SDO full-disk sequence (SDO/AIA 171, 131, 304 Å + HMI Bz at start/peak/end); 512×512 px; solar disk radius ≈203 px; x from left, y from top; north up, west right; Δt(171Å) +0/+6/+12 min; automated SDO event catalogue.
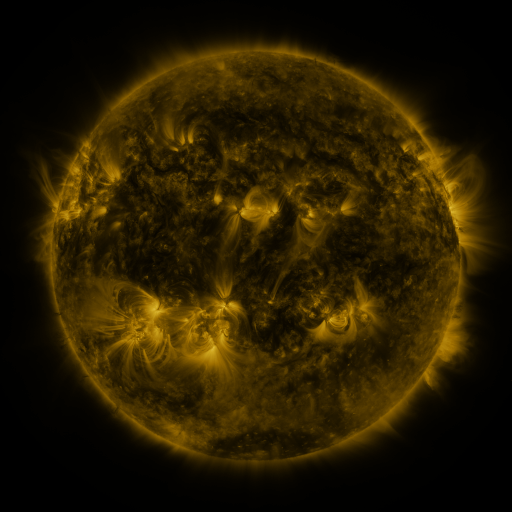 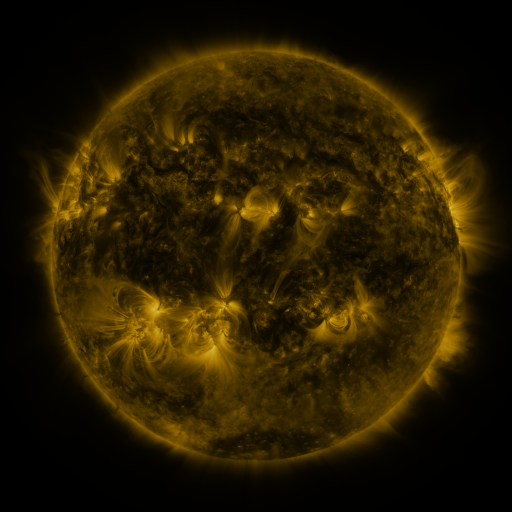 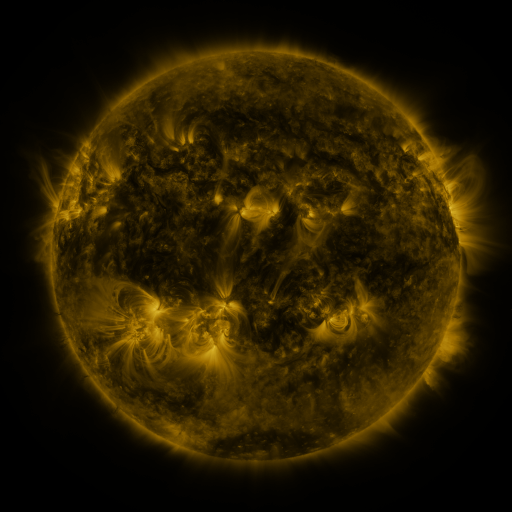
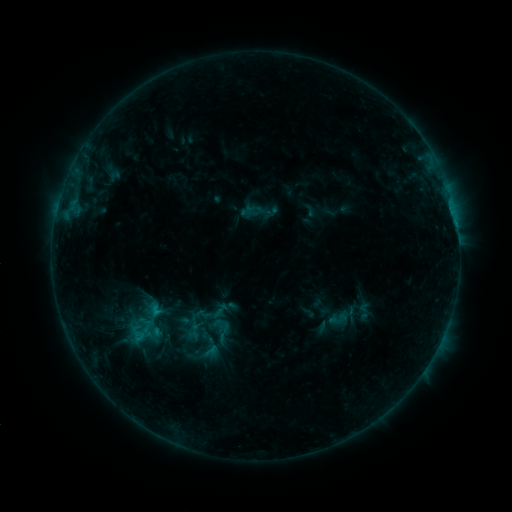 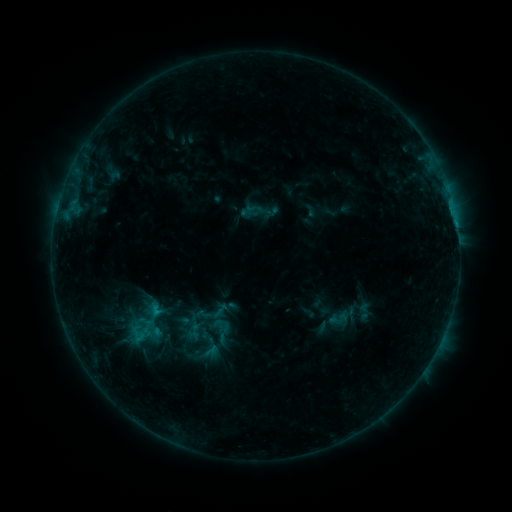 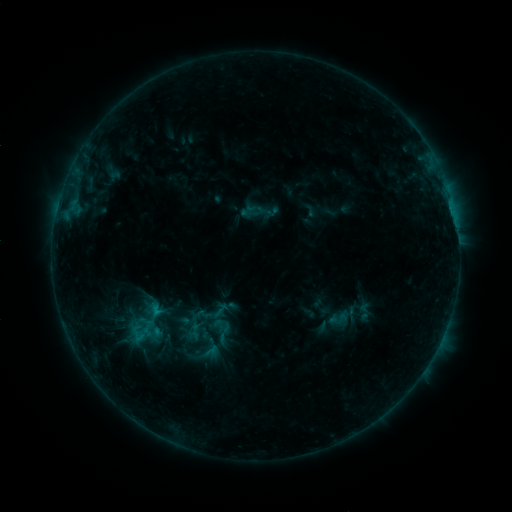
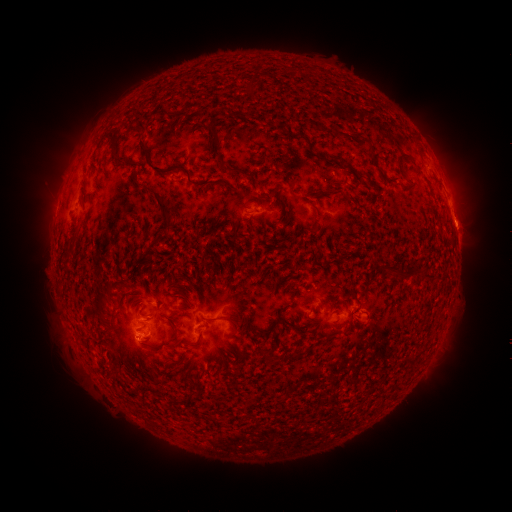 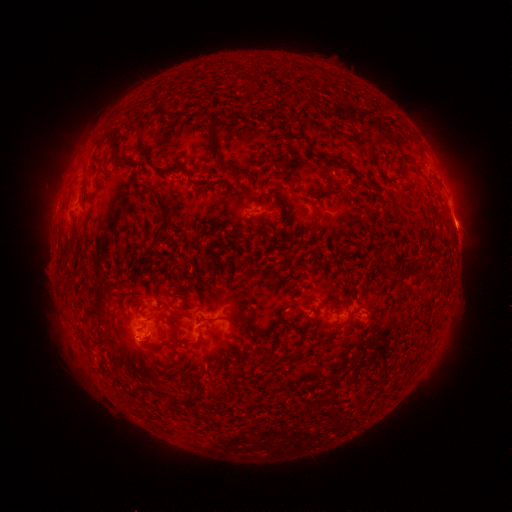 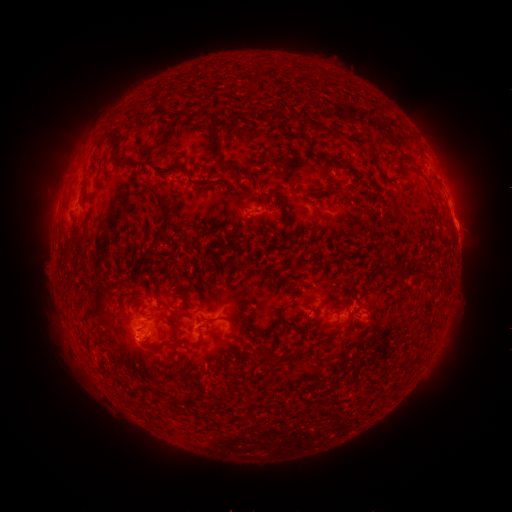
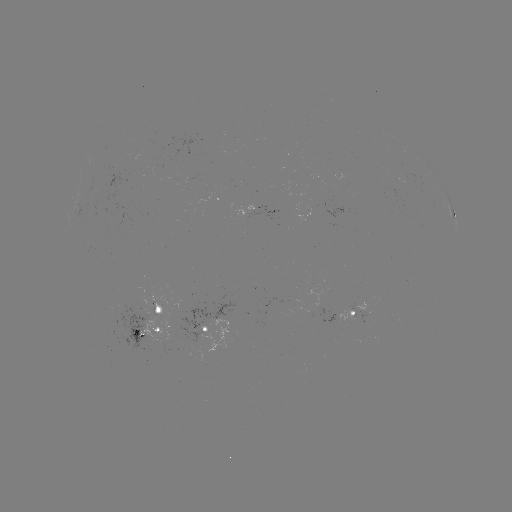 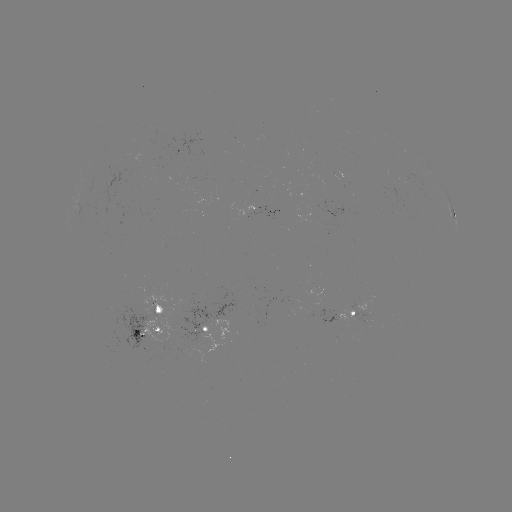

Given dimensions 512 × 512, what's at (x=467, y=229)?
eruption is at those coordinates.